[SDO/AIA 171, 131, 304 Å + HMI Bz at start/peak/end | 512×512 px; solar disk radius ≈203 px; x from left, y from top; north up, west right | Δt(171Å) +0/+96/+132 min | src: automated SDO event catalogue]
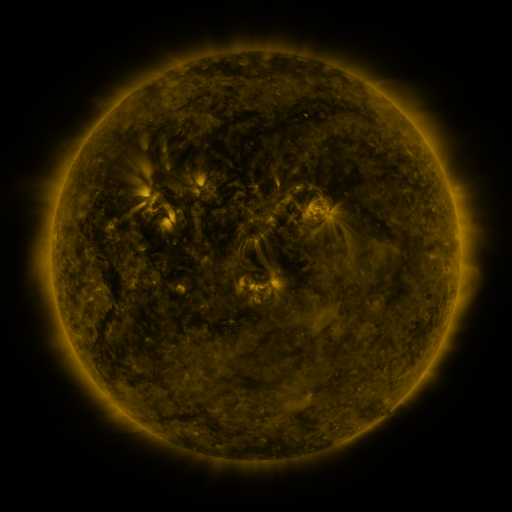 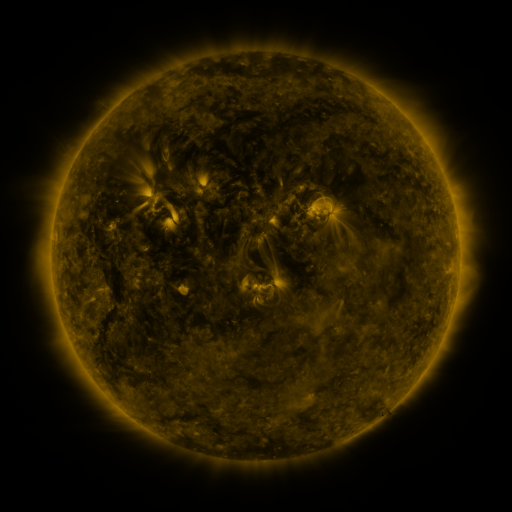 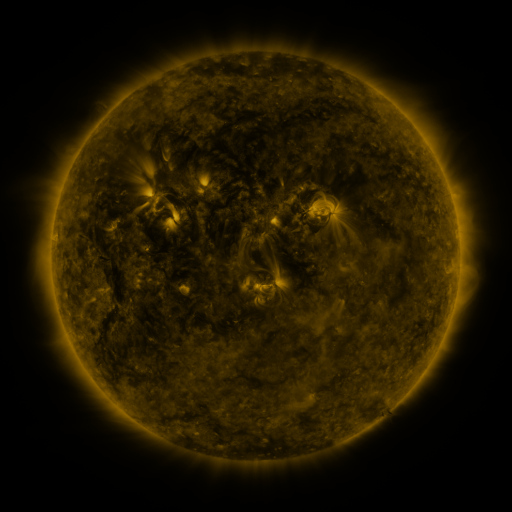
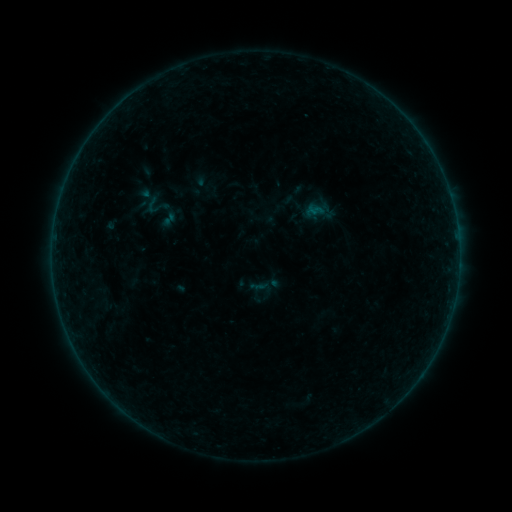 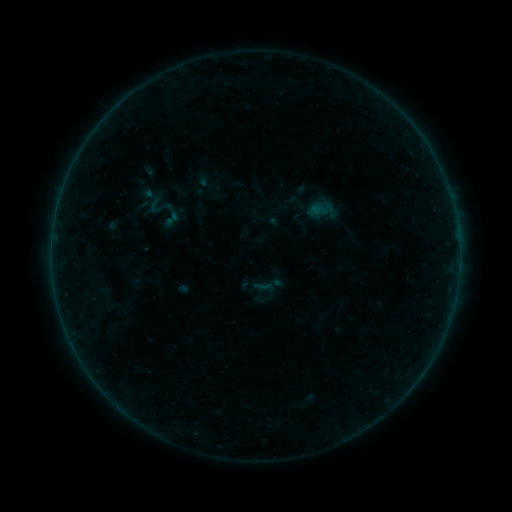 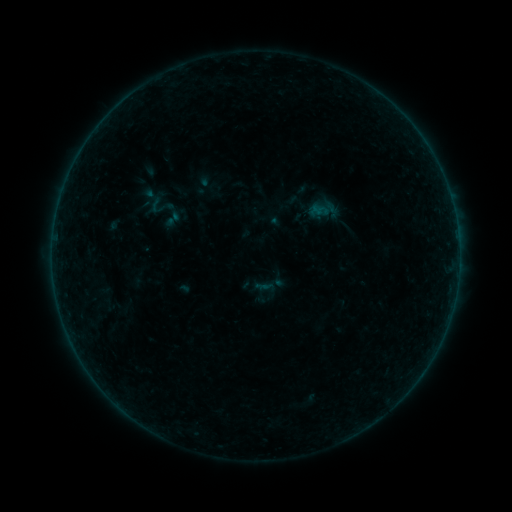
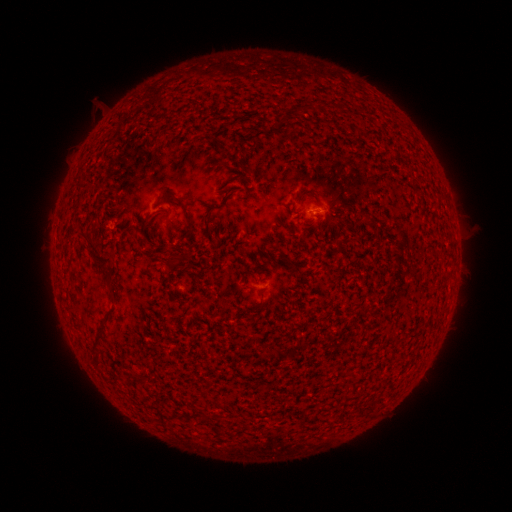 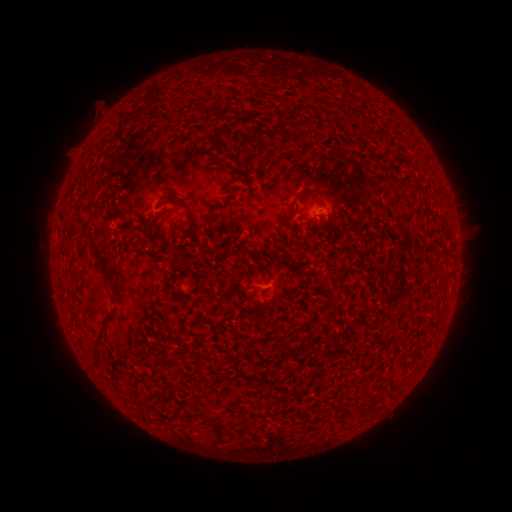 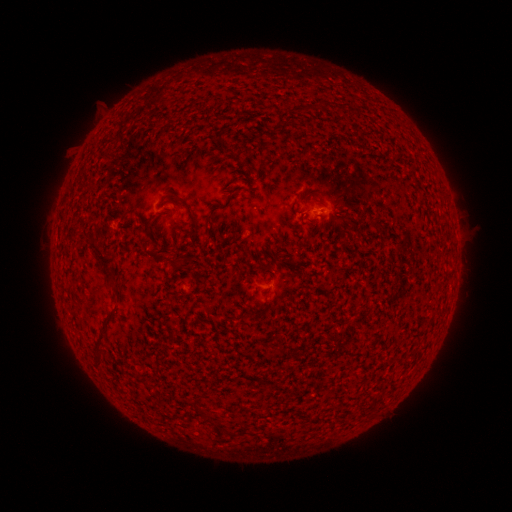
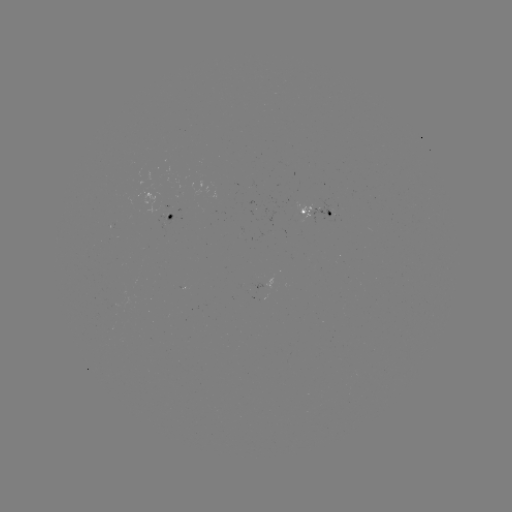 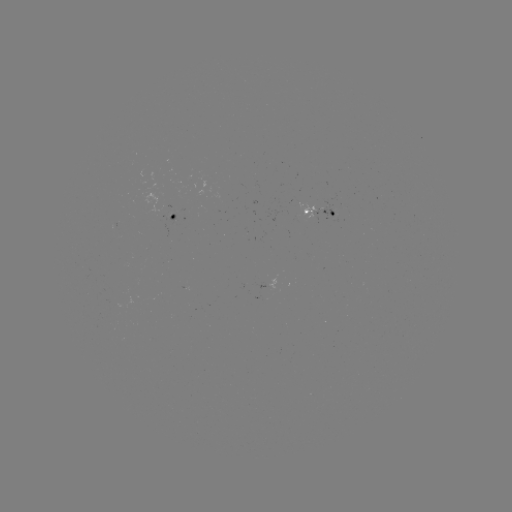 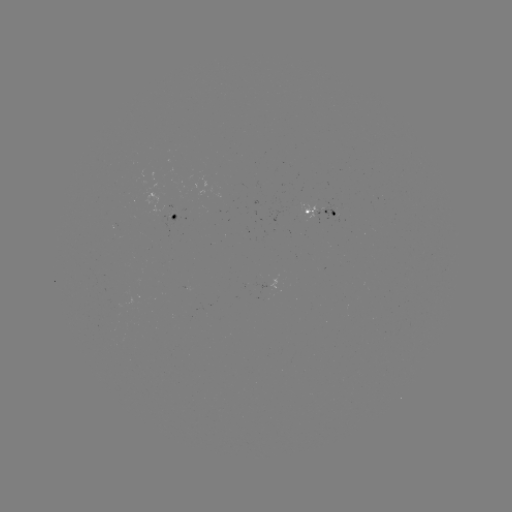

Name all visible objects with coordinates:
emerging-flux region: (257, 287)
